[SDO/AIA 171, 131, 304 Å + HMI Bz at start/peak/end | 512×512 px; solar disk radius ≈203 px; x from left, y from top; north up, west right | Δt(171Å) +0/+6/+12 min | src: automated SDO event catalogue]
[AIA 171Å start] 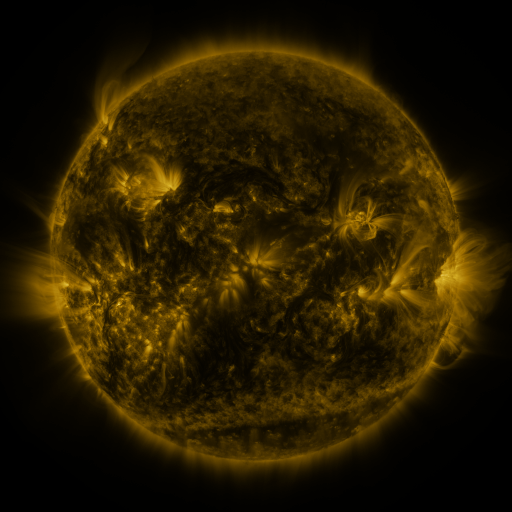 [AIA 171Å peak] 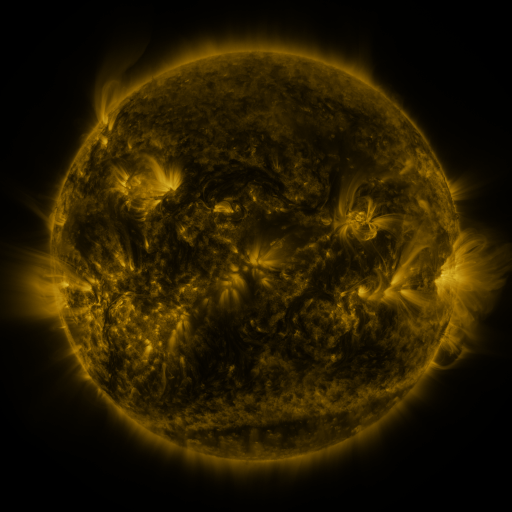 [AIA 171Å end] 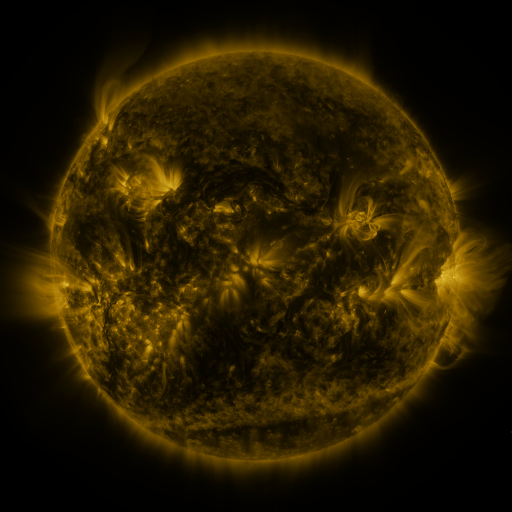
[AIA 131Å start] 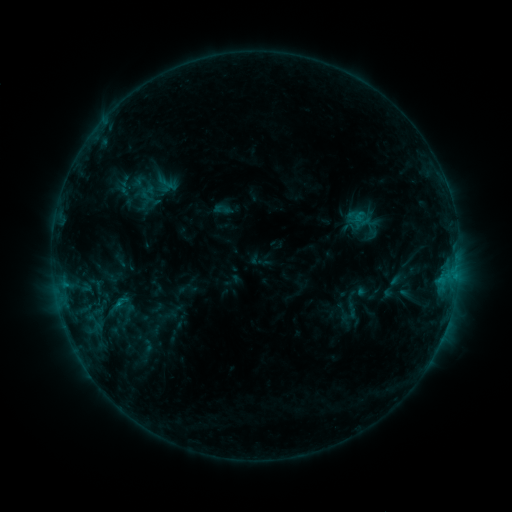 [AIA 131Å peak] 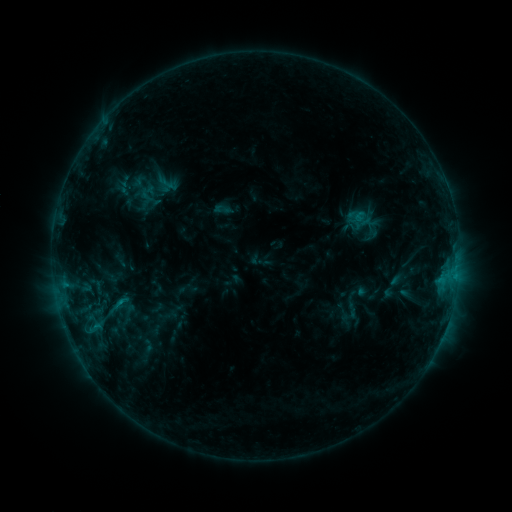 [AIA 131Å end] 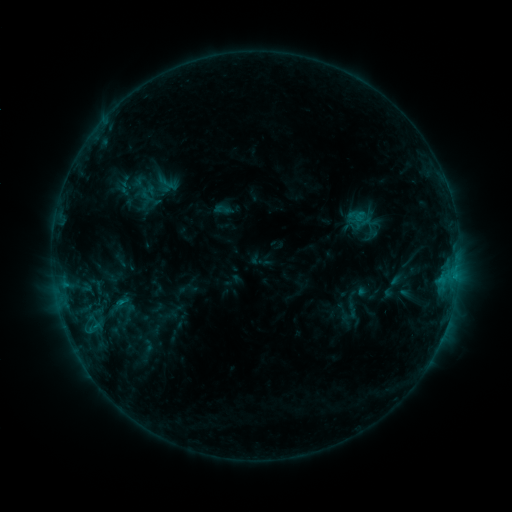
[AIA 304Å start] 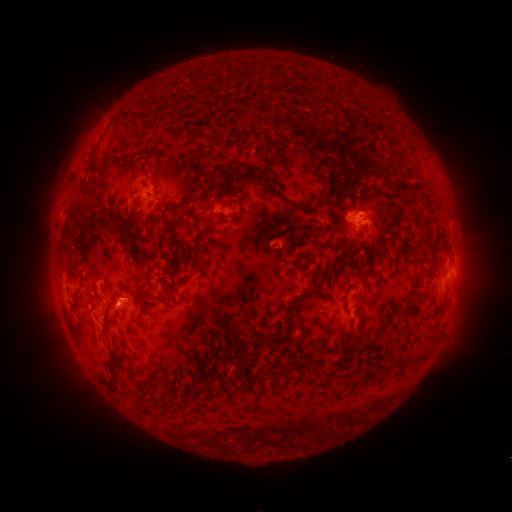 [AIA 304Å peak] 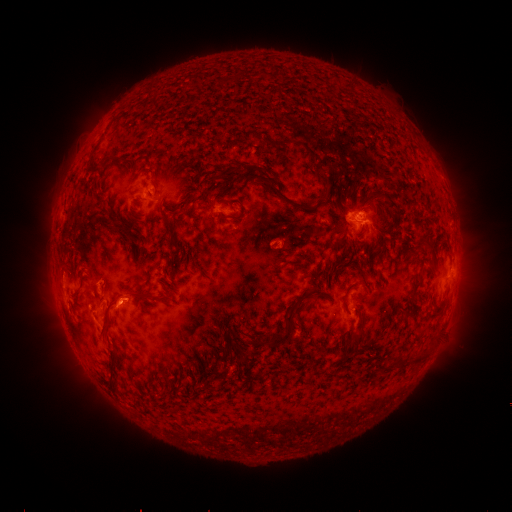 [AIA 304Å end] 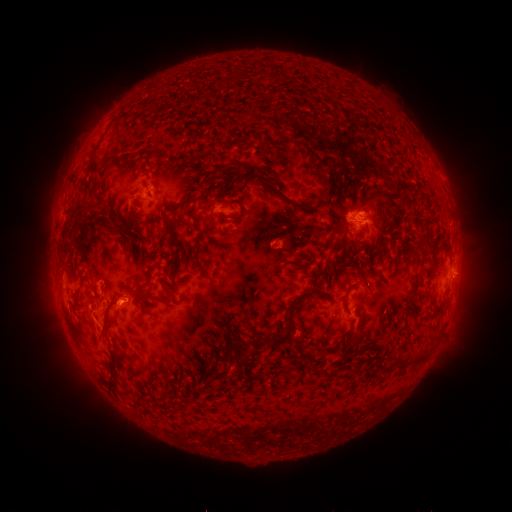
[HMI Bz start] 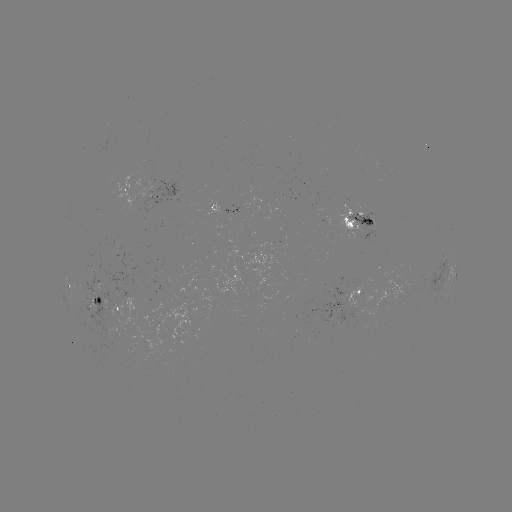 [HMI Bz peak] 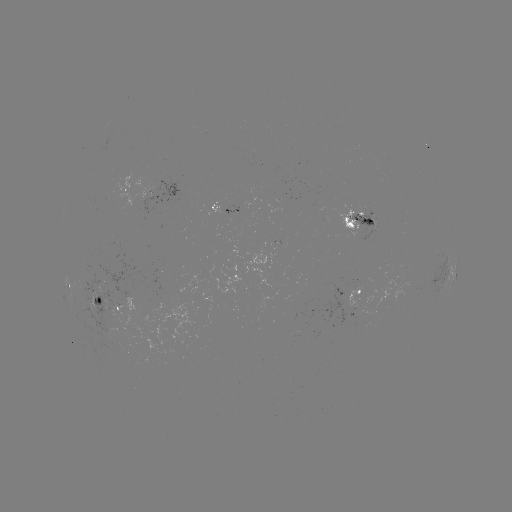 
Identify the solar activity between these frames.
C1.1 flare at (121, 298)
